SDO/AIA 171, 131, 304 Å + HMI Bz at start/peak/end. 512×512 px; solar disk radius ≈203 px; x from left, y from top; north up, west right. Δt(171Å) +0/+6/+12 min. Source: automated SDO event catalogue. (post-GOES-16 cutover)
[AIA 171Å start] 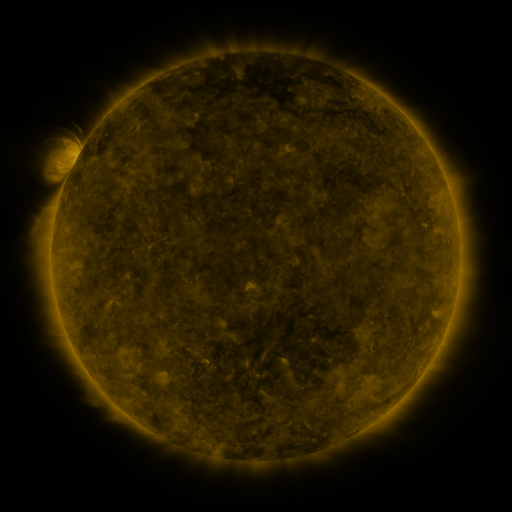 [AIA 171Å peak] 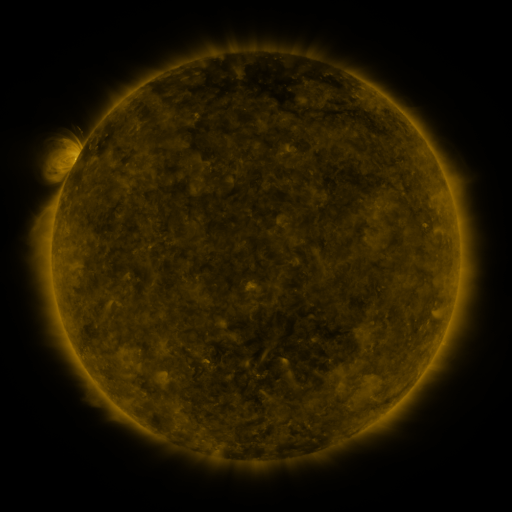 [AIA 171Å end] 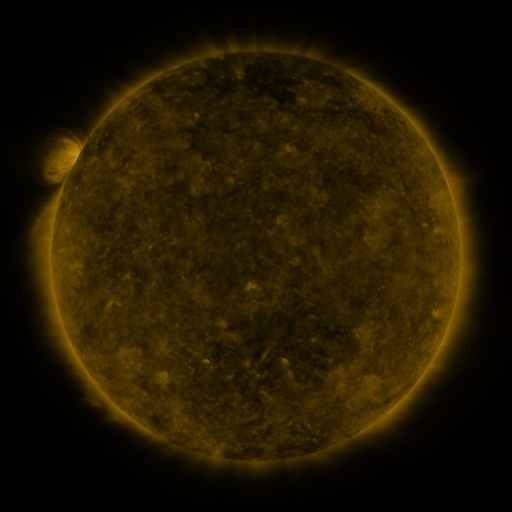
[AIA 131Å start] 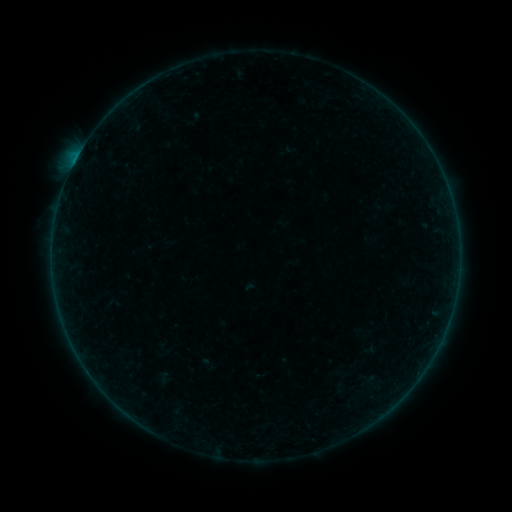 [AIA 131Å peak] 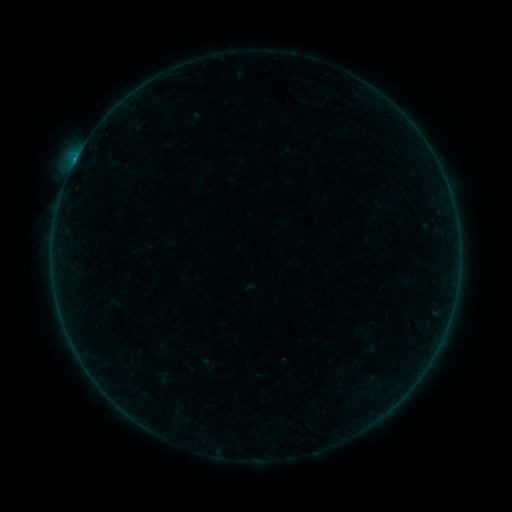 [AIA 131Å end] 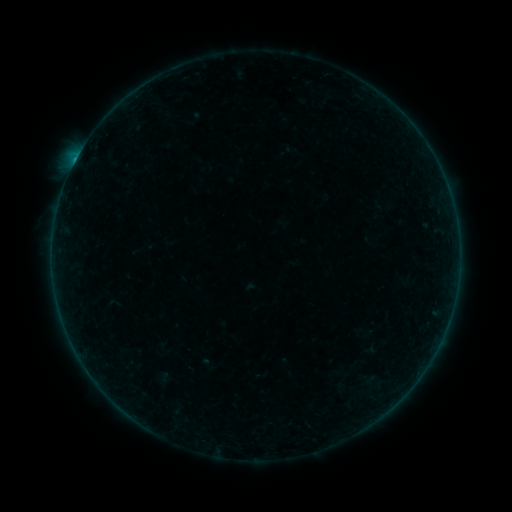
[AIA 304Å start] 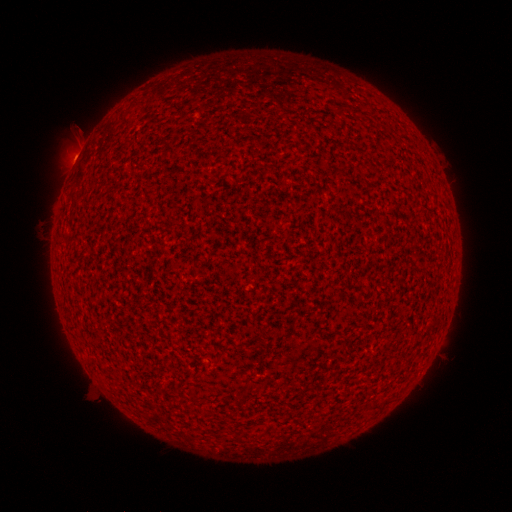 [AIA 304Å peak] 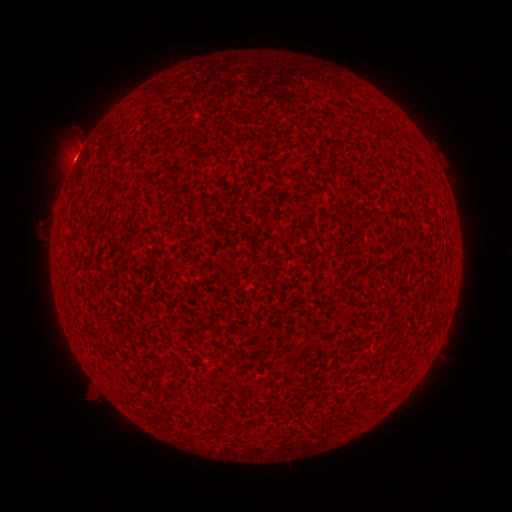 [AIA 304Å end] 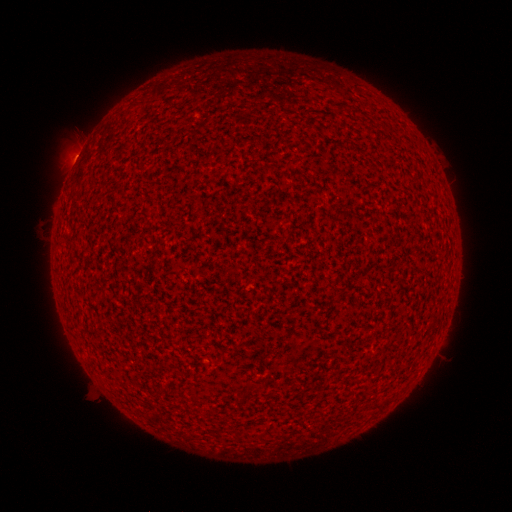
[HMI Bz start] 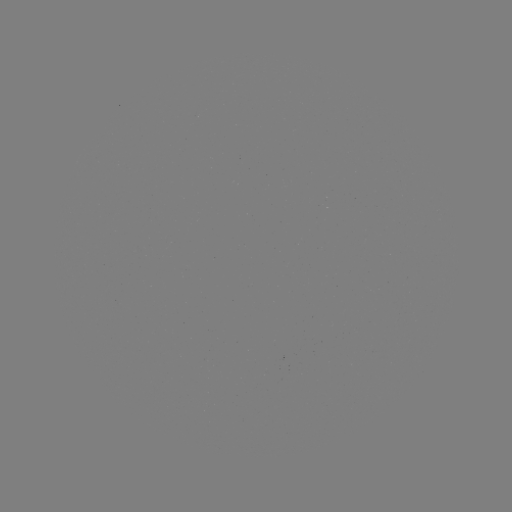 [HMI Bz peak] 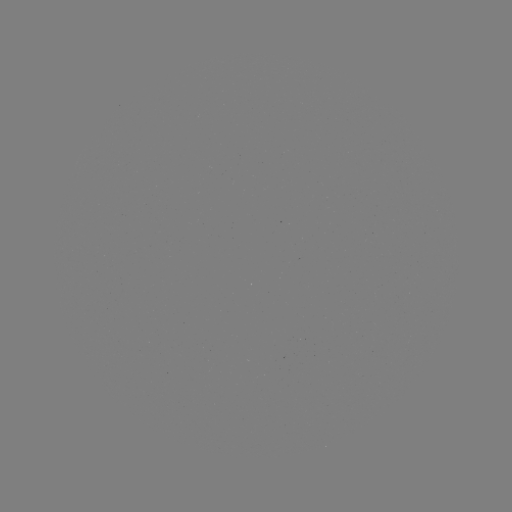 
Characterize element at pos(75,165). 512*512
B3.5 flare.